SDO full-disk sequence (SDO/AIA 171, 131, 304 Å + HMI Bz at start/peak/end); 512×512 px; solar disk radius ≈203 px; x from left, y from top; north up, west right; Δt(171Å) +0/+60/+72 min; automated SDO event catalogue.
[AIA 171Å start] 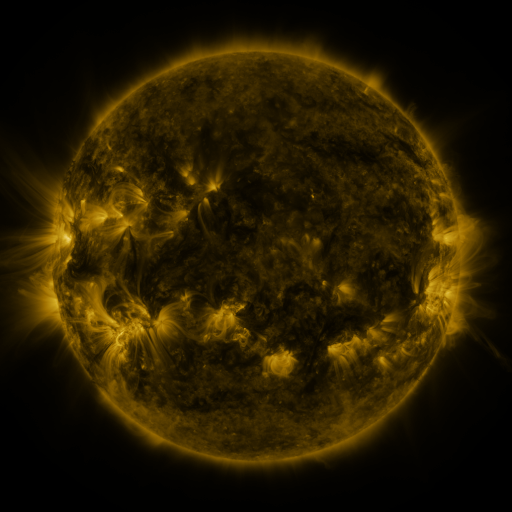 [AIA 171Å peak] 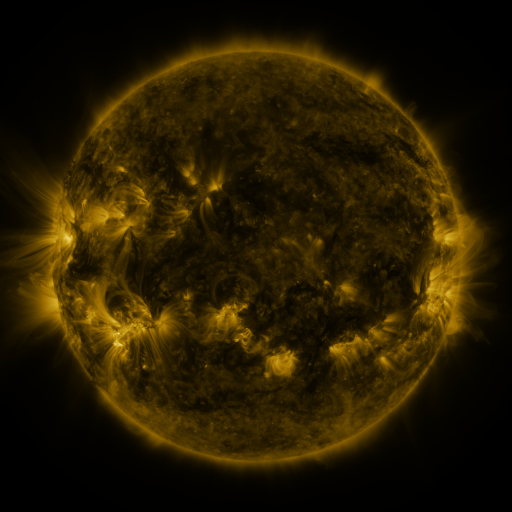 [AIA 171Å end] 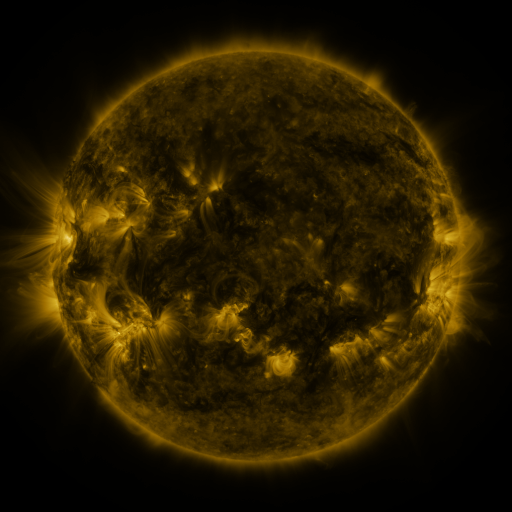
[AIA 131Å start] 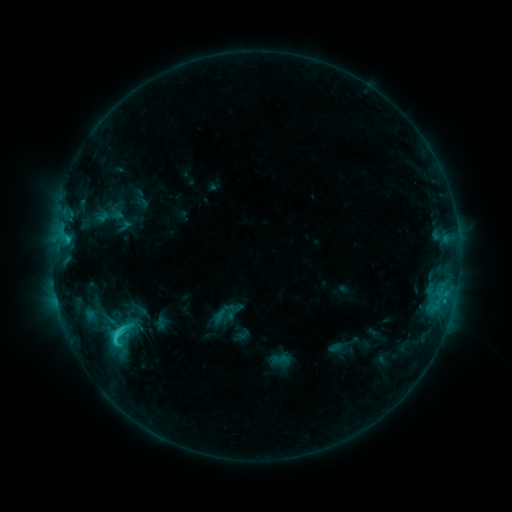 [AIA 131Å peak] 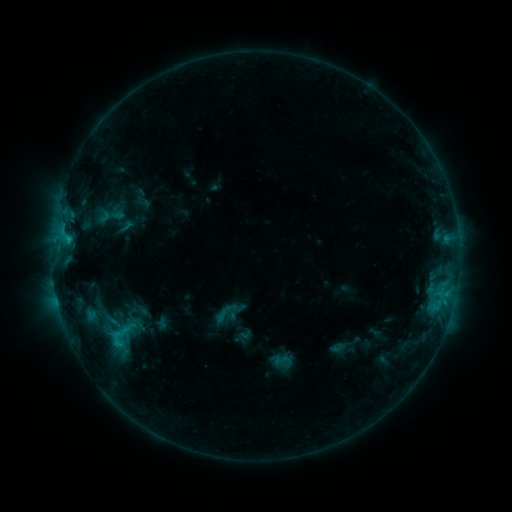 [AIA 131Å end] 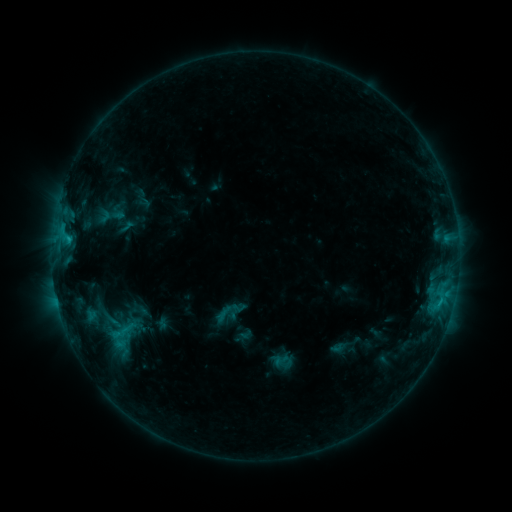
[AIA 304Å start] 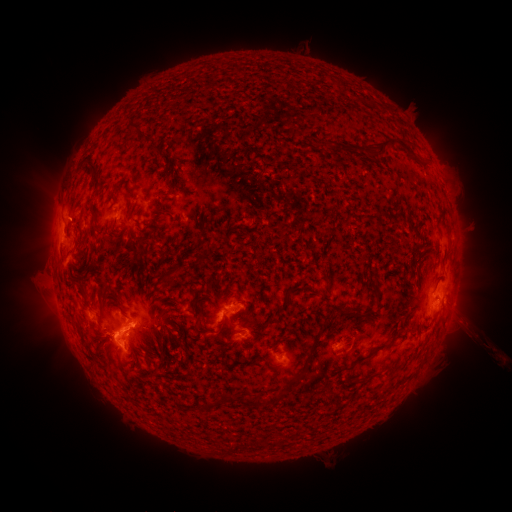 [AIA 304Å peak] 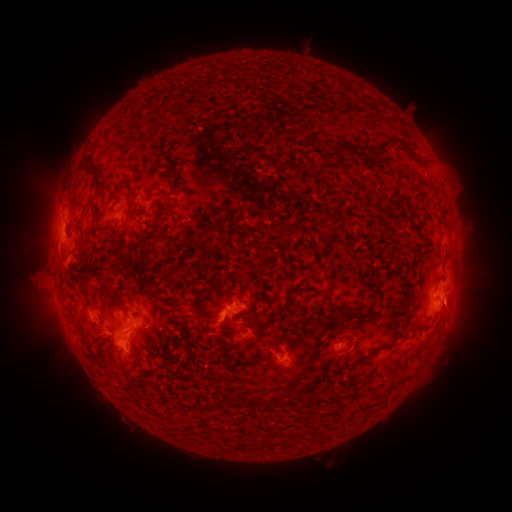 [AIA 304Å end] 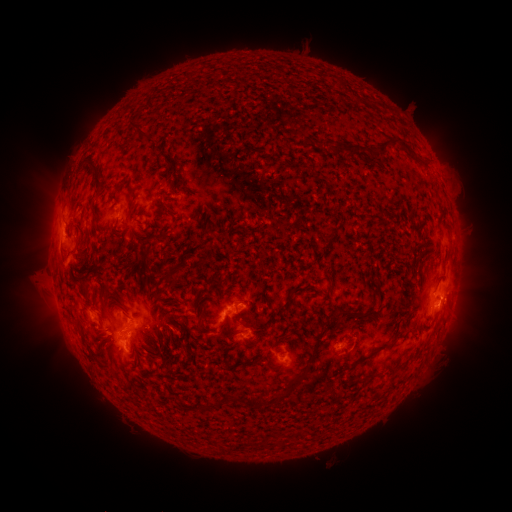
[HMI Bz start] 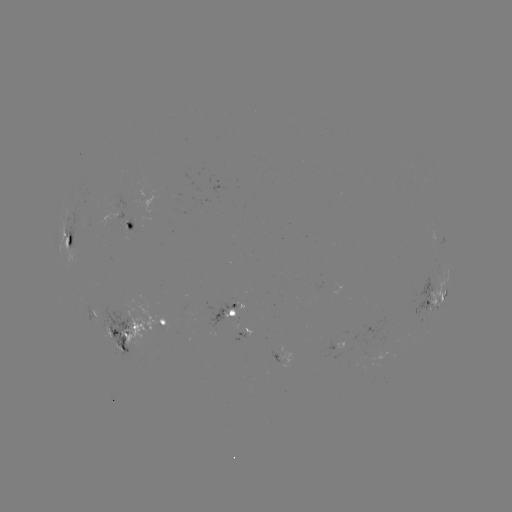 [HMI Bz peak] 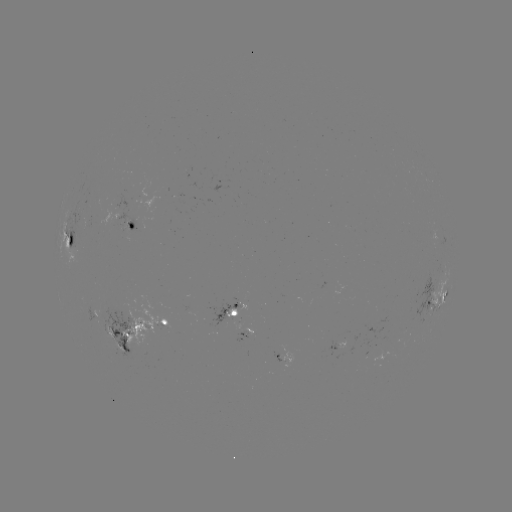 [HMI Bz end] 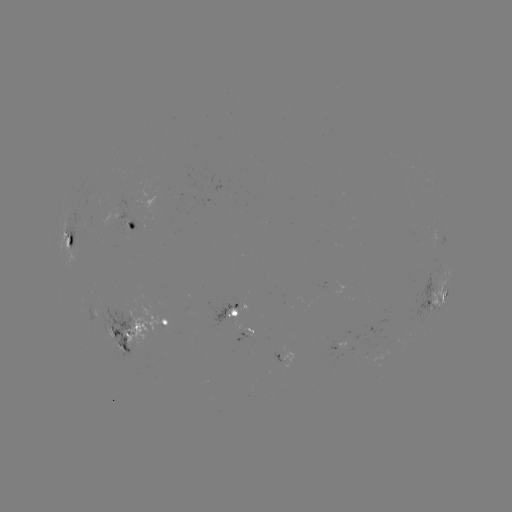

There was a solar emerging-flux region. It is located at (216, 323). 